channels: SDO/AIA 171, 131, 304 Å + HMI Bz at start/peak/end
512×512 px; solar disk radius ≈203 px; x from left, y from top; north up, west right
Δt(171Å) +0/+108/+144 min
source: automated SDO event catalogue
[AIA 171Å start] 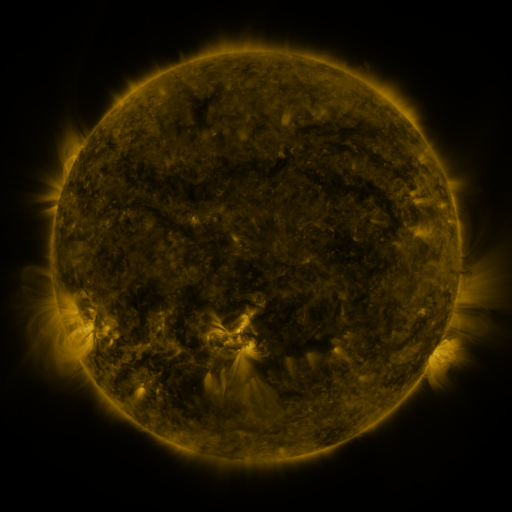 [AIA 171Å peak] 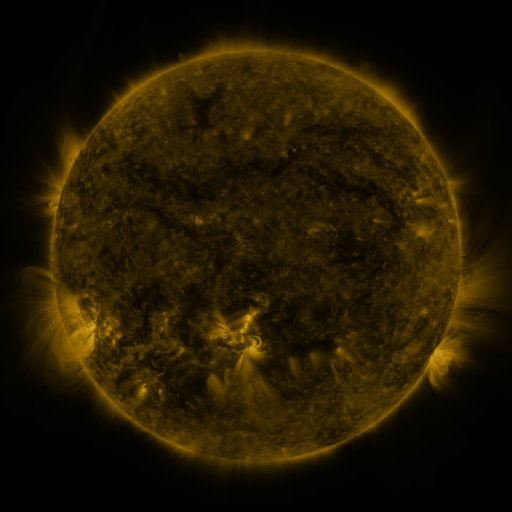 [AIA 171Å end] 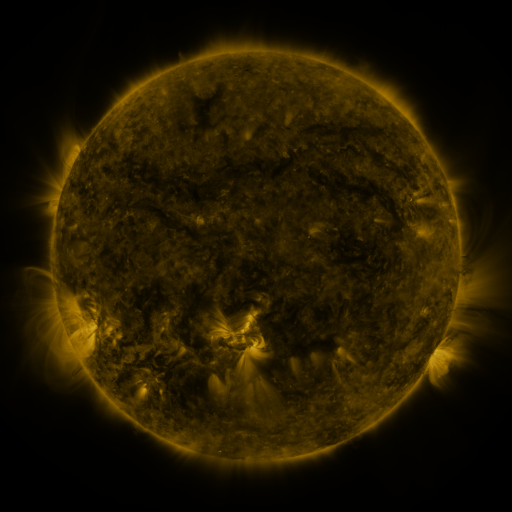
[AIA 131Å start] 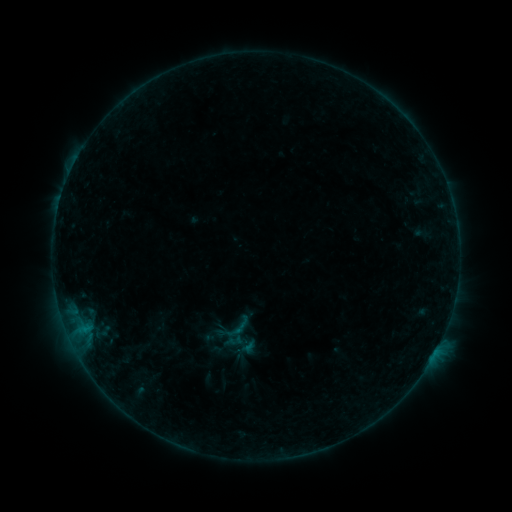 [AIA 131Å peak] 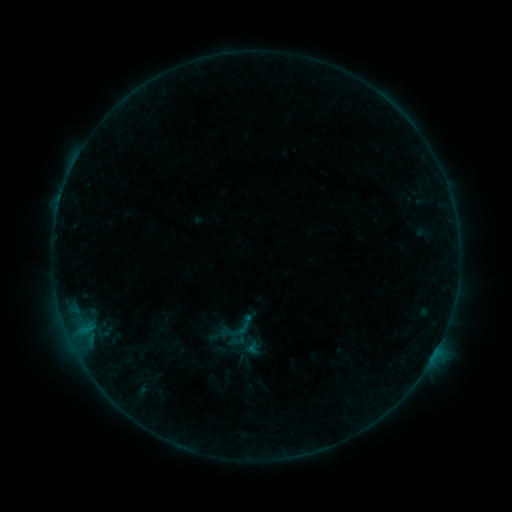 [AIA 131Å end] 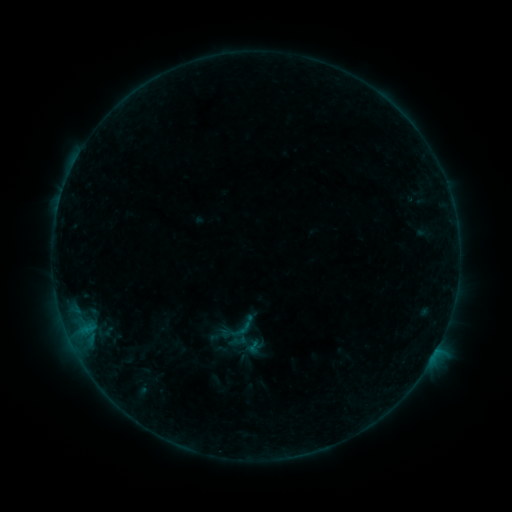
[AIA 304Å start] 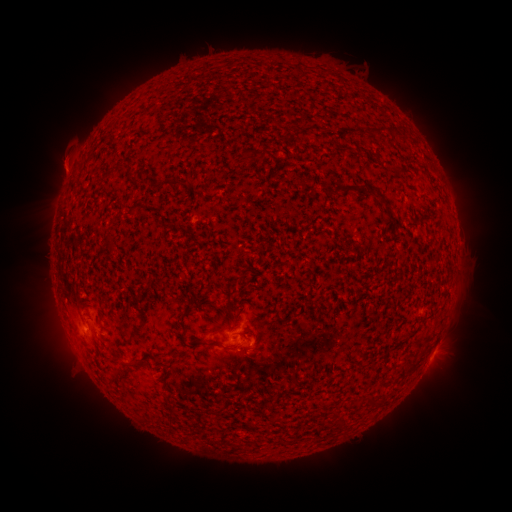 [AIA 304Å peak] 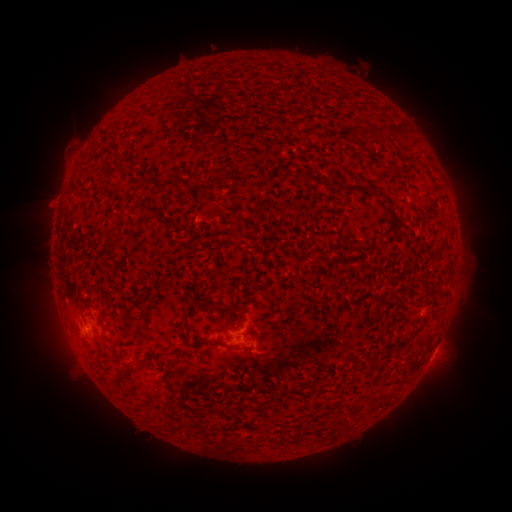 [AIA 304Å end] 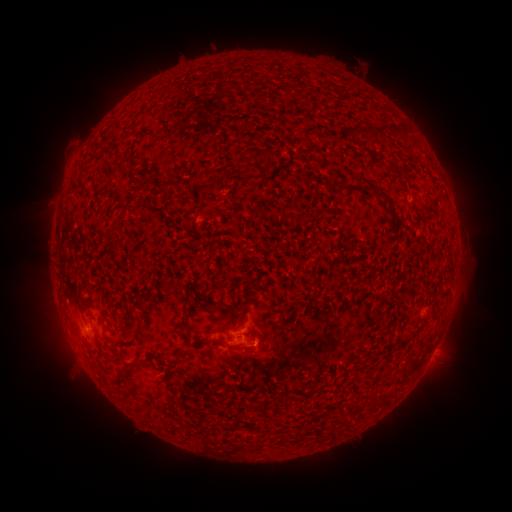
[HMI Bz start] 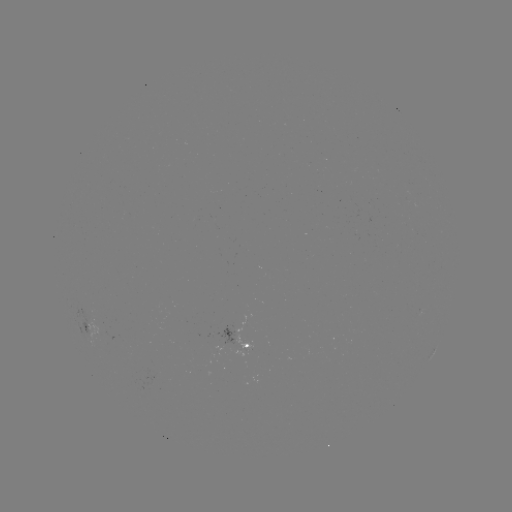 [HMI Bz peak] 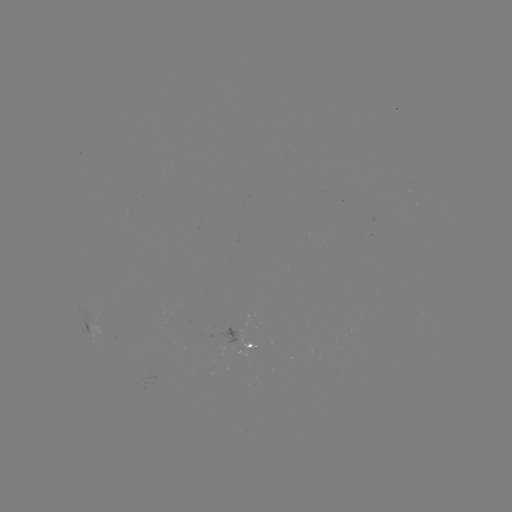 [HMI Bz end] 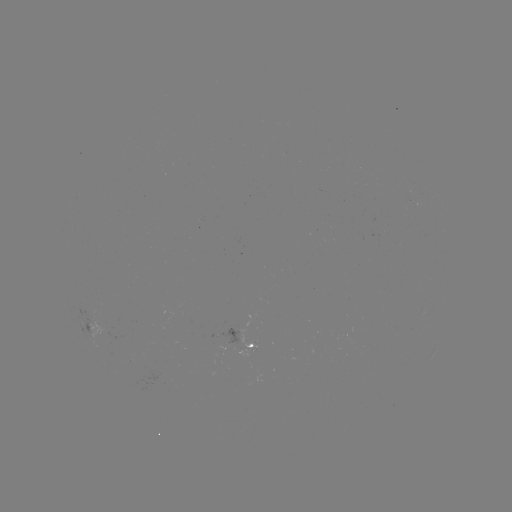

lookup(emerging-flux region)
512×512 (412, 200)